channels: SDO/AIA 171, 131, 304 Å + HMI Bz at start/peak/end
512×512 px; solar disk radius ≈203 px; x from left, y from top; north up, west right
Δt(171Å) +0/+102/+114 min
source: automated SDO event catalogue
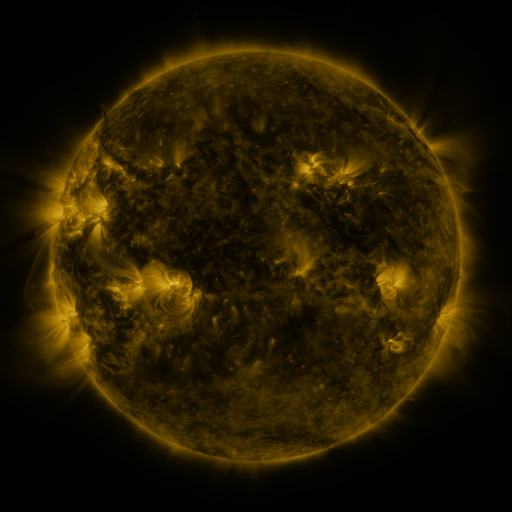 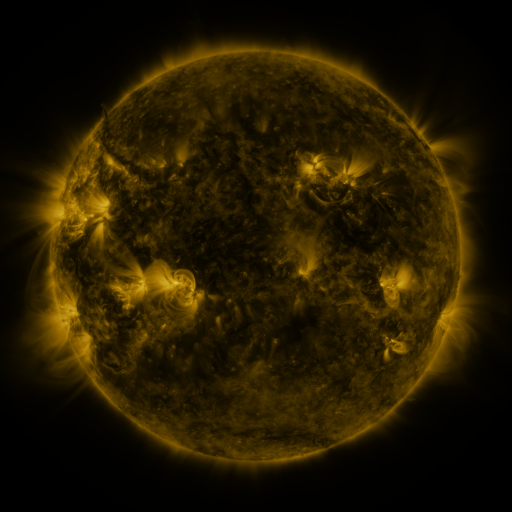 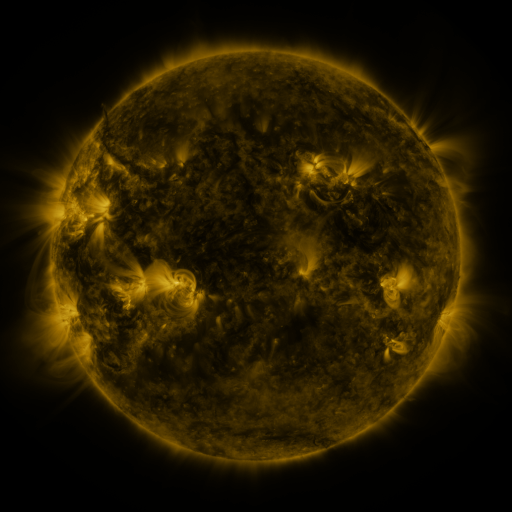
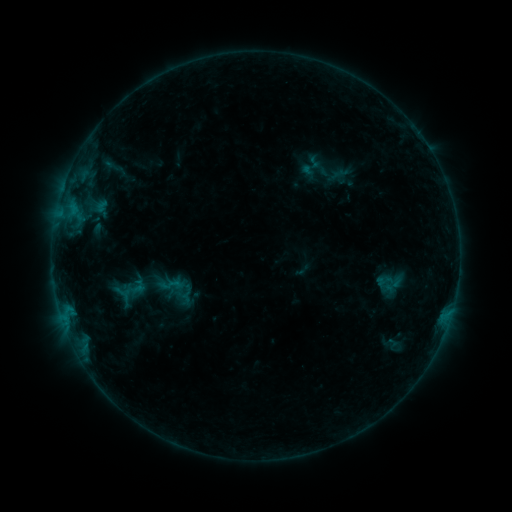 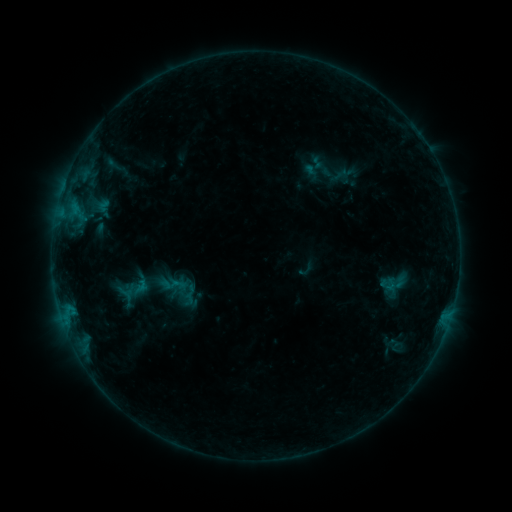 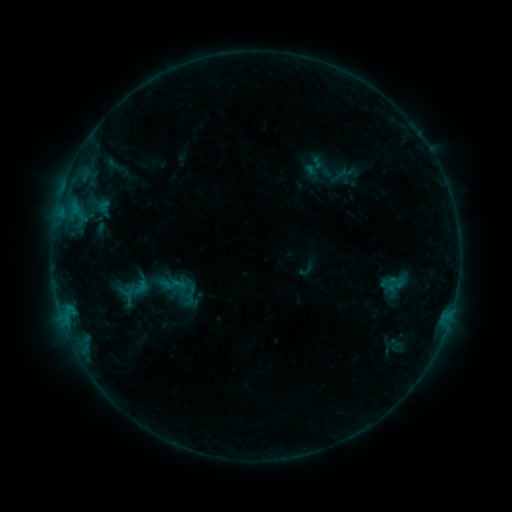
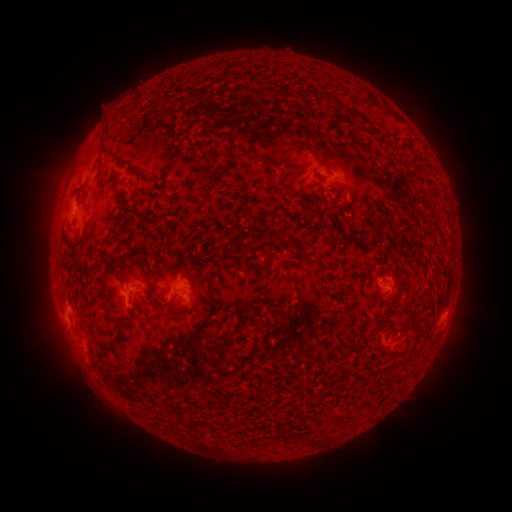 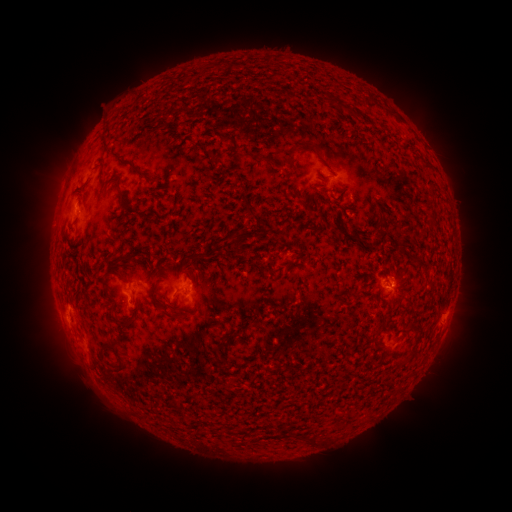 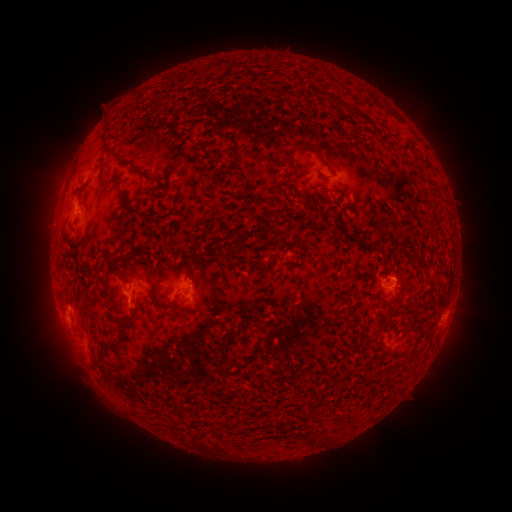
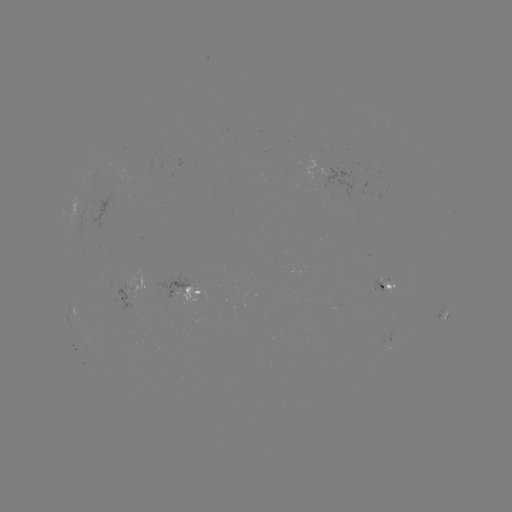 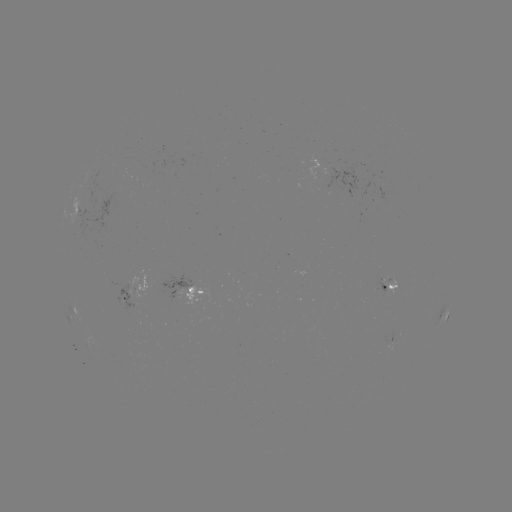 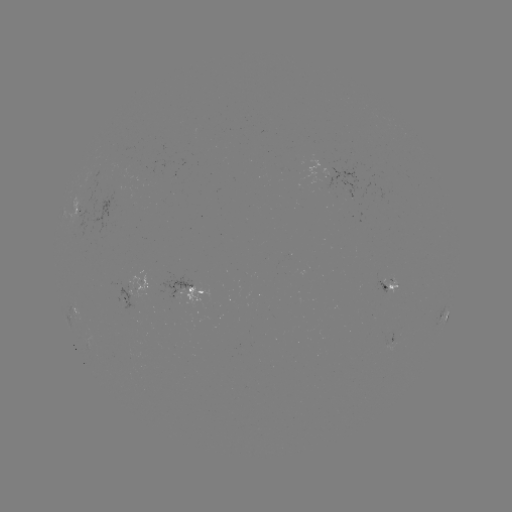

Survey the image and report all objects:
emerging-flux region: (391, 283)
